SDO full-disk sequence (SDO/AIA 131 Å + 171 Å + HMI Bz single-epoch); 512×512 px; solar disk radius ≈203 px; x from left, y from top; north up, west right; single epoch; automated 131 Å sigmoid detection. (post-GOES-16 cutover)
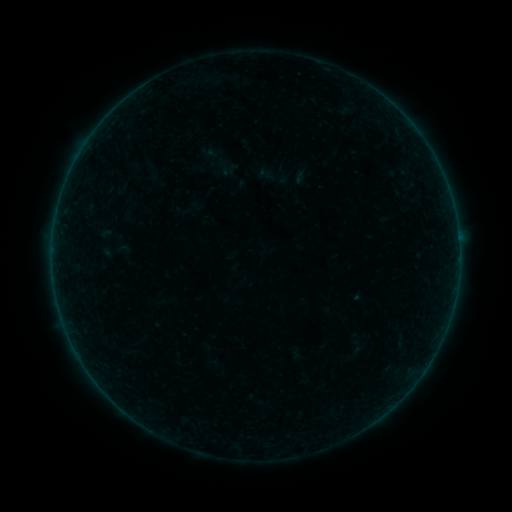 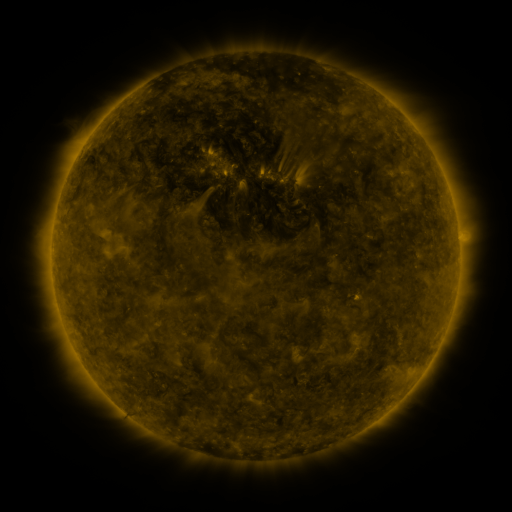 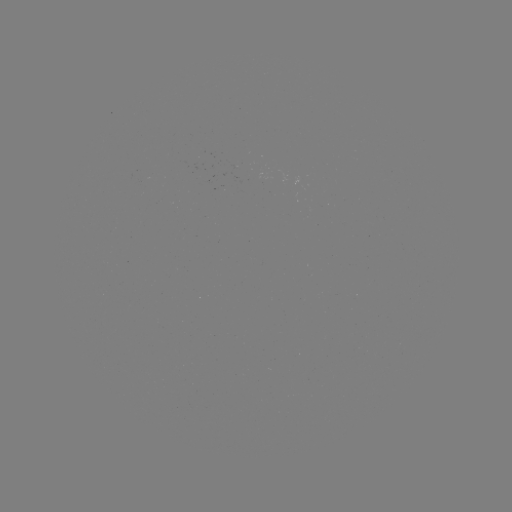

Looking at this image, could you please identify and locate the sigmoid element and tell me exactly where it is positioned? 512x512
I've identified sigmoid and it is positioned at [271, 175].